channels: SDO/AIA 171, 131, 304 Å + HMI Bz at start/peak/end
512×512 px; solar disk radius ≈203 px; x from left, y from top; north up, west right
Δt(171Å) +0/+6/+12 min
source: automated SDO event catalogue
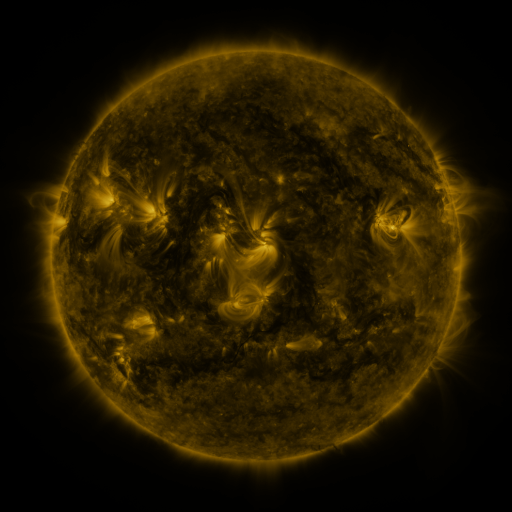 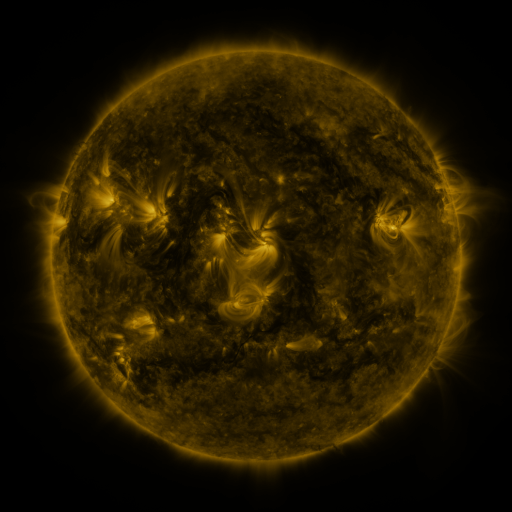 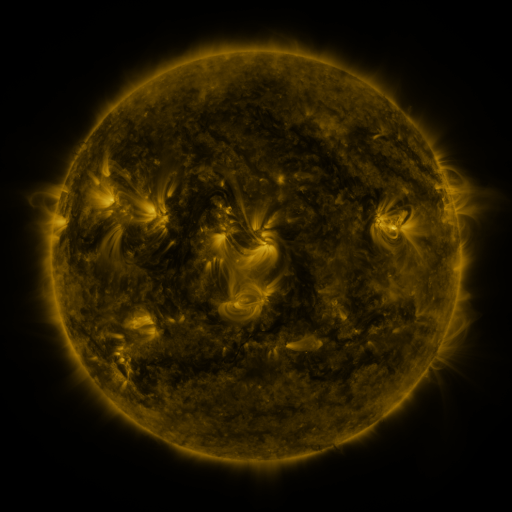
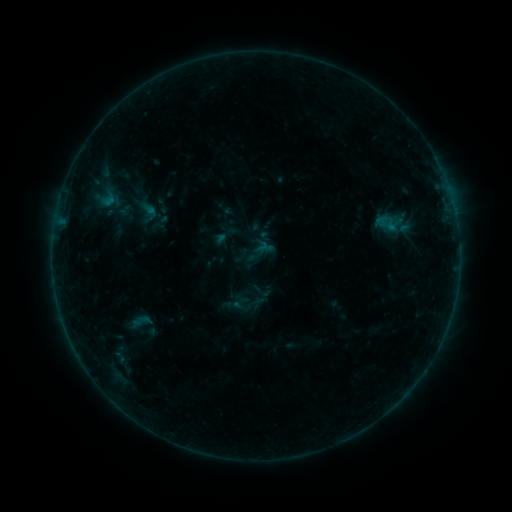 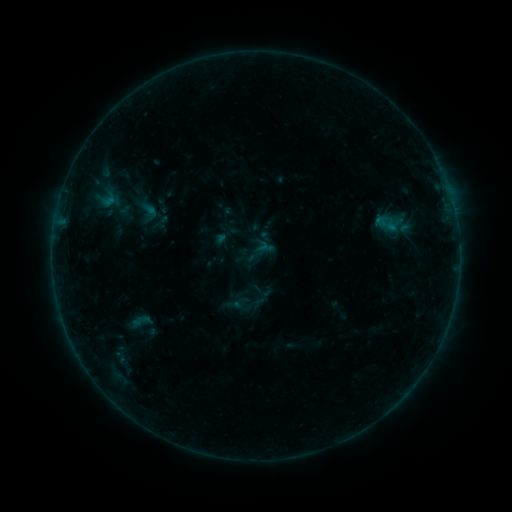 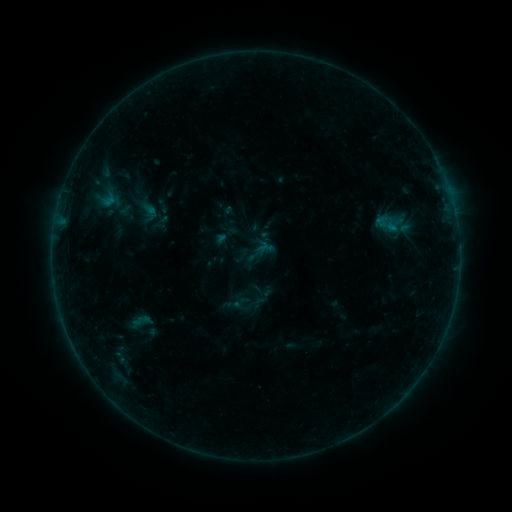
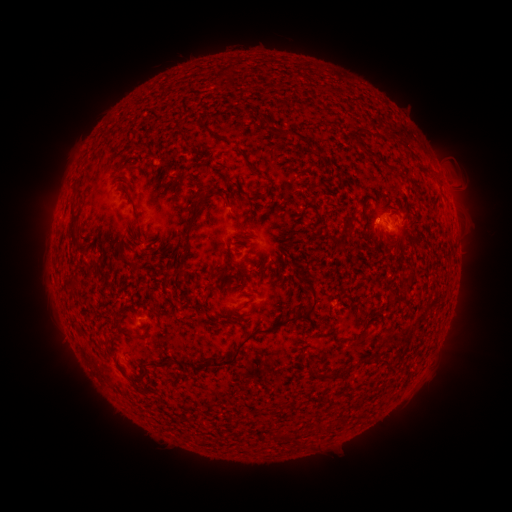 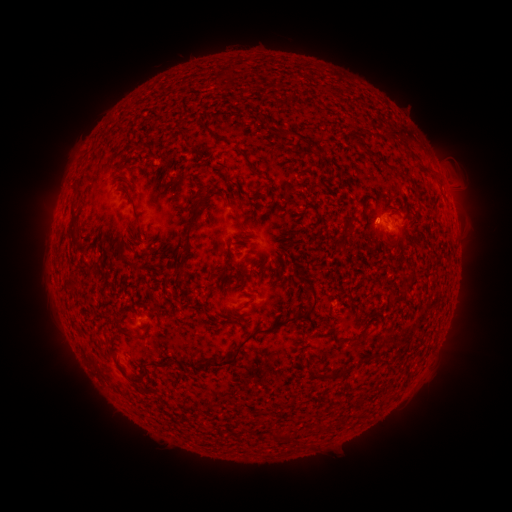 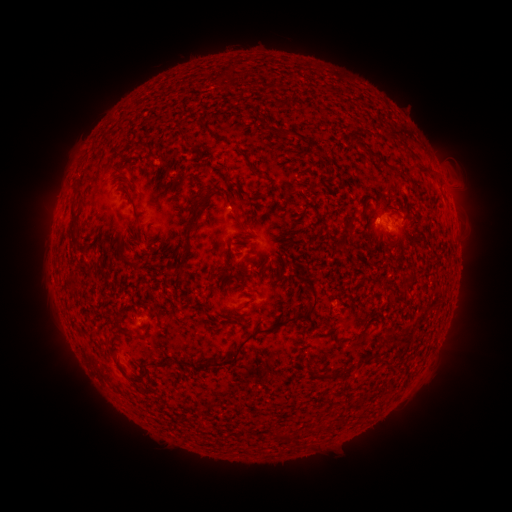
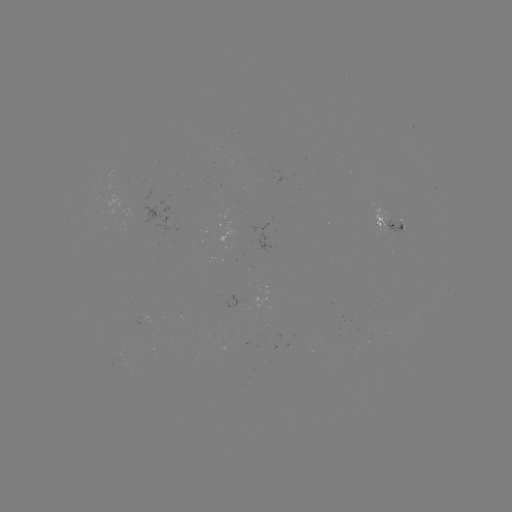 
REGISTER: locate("B2.3 flare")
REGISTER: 376,221